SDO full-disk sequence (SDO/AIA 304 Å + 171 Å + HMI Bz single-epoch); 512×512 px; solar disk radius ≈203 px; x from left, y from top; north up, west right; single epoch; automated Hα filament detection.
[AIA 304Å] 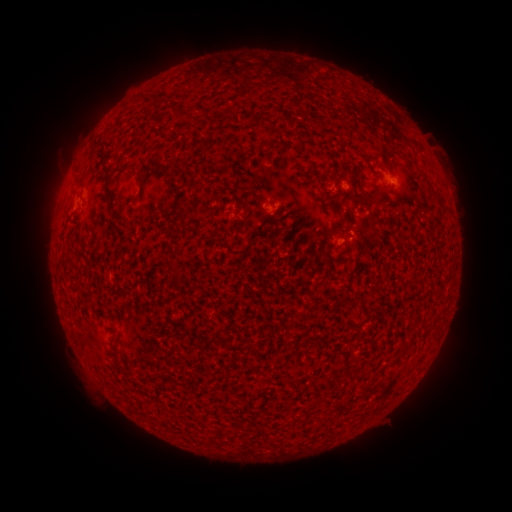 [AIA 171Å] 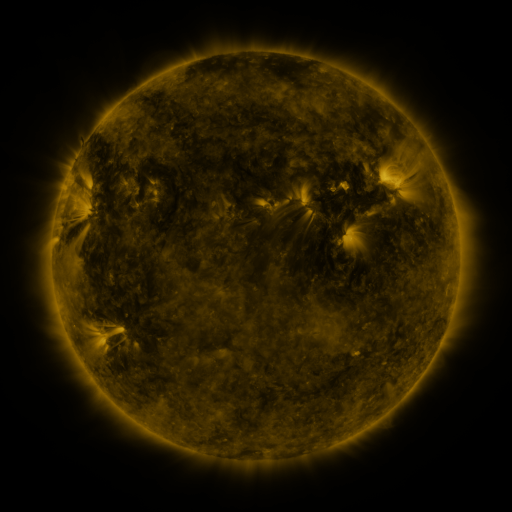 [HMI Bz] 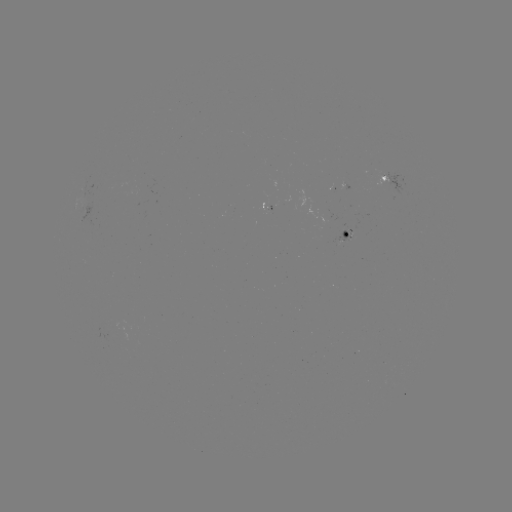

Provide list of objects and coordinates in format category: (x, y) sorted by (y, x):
filament: (183, 115)
filament: (229, 118)
filament: (107, 173)
filament: (356, 181)
filament: (430, 189)
filament: (181, 210)
filament: (355, 242)
filament: (324, 248)
filament: (166, 262)
